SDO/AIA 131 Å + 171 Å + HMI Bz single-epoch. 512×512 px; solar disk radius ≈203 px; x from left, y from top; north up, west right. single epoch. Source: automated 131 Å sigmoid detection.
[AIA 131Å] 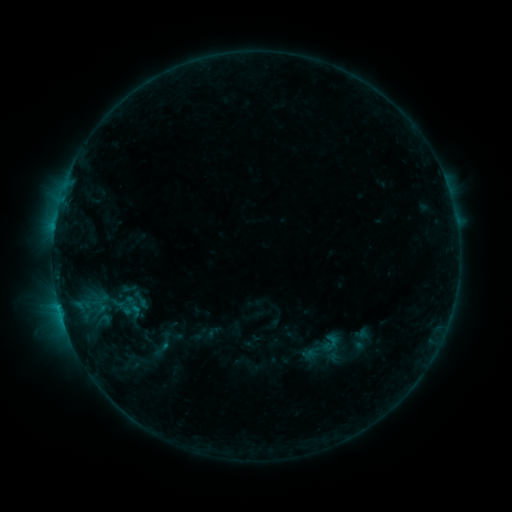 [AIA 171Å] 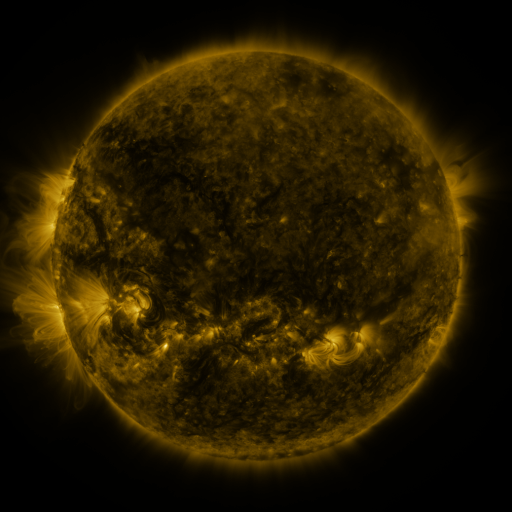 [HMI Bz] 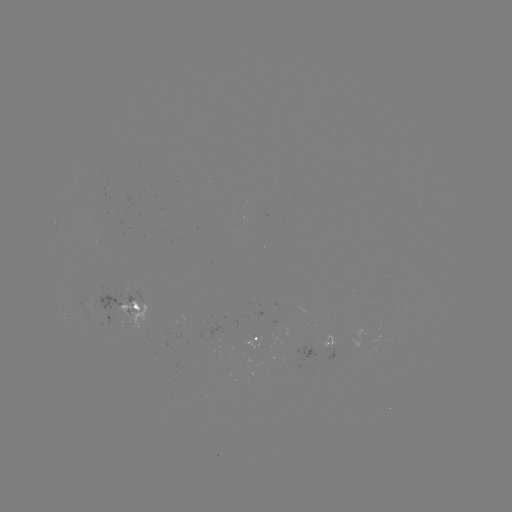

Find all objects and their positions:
sigmoid: (139, 299)
